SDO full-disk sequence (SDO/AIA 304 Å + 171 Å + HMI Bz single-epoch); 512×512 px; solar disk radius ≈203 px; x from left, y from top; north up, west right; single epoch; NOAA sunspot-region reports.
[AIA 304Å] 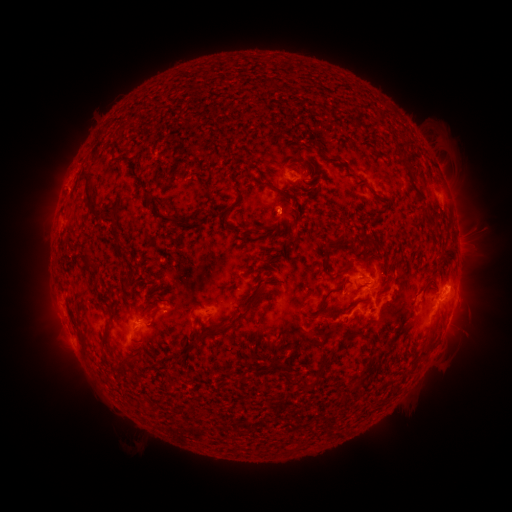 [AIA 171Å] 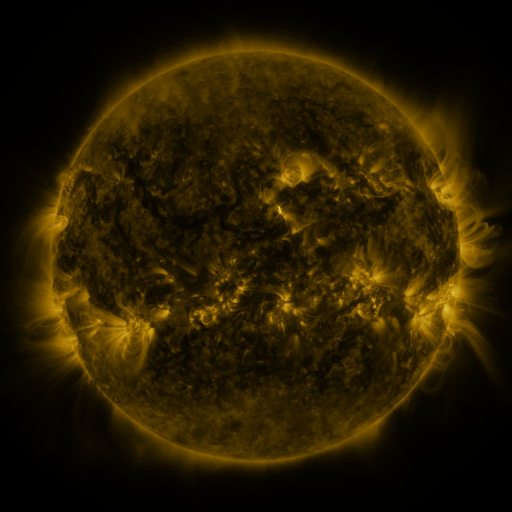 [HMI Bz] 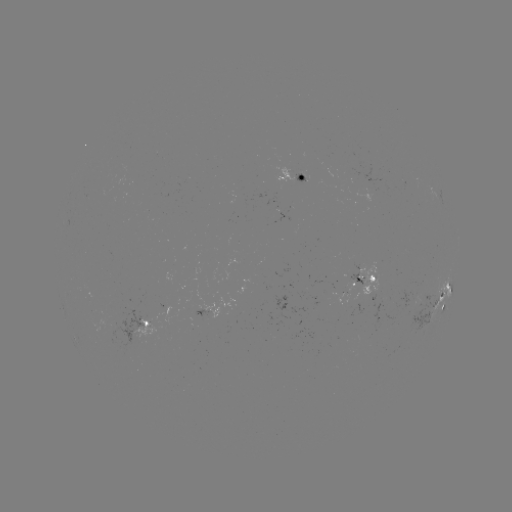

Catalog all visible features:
spotted active region: (293, 176)
spotted active region: (457, 235)
spotted active region: (364, 283)
spotted active region: (443, 296)
spotted active region: (222, 305)
spotted active region: (450, 315)
spotted active region: (145, 322)
